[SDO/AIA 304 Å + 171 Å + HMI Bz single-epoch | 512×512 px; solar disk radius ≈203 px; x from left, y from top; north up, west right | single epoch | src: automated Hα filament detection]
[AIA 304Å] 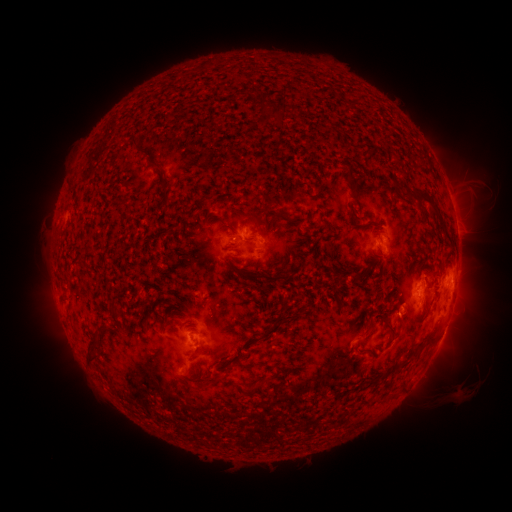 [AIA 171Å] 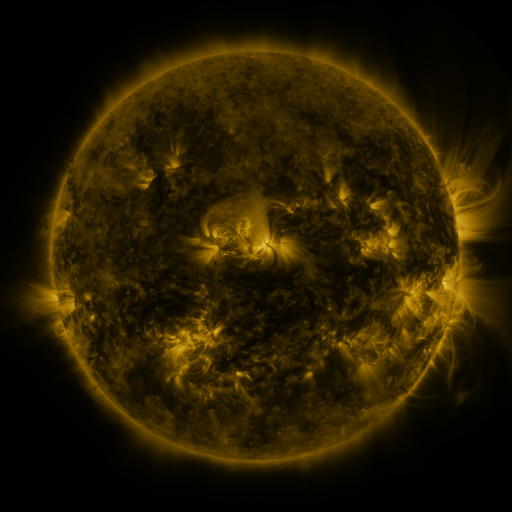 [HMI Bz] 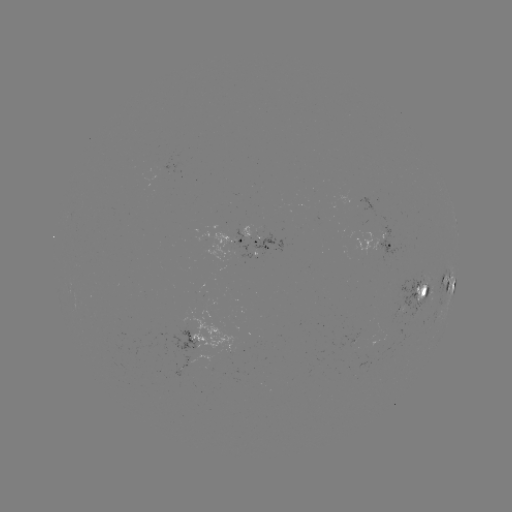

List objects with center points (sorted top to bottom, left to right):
filament: (266, 110)
filament: (317, 143)
filament: (134, 148)
filament: (339, 149)
filament: (349, 176)
filament: (163, 183)
filament: (395, 183)
filament: (422, 194)
filament: (310, 196)
filament: (252, 197)
filament: (233, 207)
filament: (410, 210)
filament: (322, 216)
filament: (223, 222)
filament: (364, 224)
filament: (294, 225)
filament: (296, 249)
filament: (193, 250)
filament: (202, 257)
filament: (329, 258)
filament: (229, 266)
filament: (372, 272)
filament: (253, 275)
filament: (329, 284)
filament: (172, 304)
filament: (274, 306)
filament: (117, 311)
filament: (348, 311)
filament: (144, 318)
filament: (242, 318)
filament: (388, 321)
filament: (282, 326)
filament: (168, 327)
filament: (121, 331)
filament: (369, 331)
filament: (433, 335)
filament: (311, 336)
filament: (94, 347)
filament: (197, 354)
filament: (222, 358)
filament: (408, 360)
filament: (248, 367)
filament: (290, 369)
filament: (263, 381)
